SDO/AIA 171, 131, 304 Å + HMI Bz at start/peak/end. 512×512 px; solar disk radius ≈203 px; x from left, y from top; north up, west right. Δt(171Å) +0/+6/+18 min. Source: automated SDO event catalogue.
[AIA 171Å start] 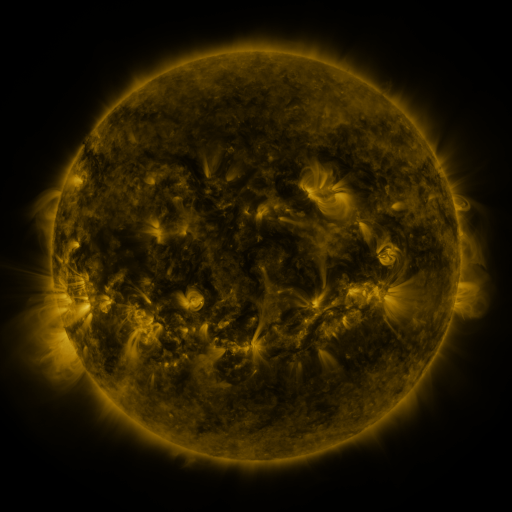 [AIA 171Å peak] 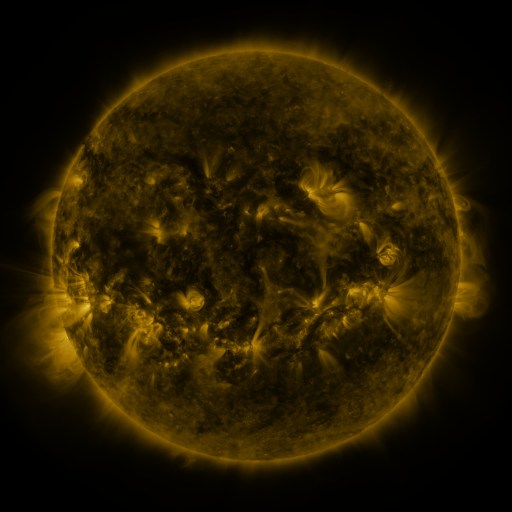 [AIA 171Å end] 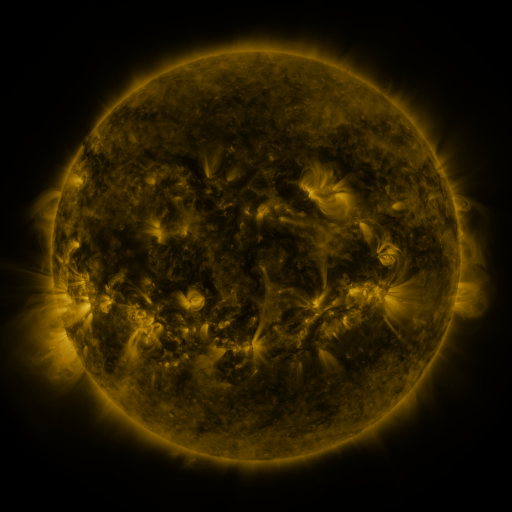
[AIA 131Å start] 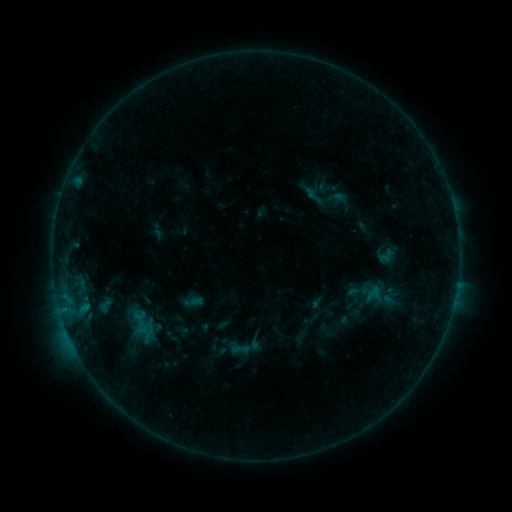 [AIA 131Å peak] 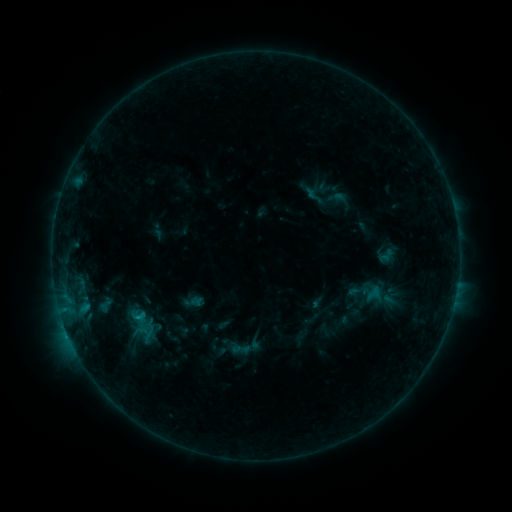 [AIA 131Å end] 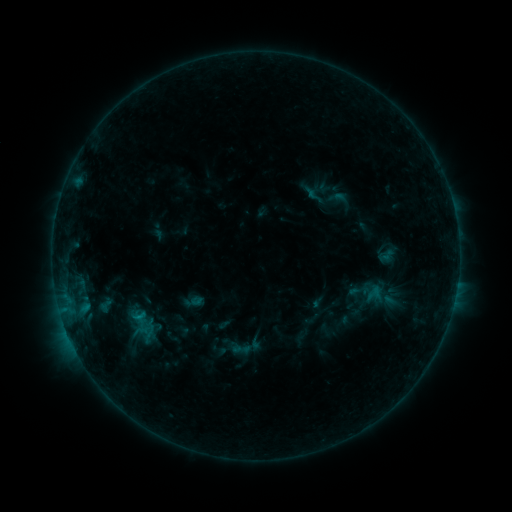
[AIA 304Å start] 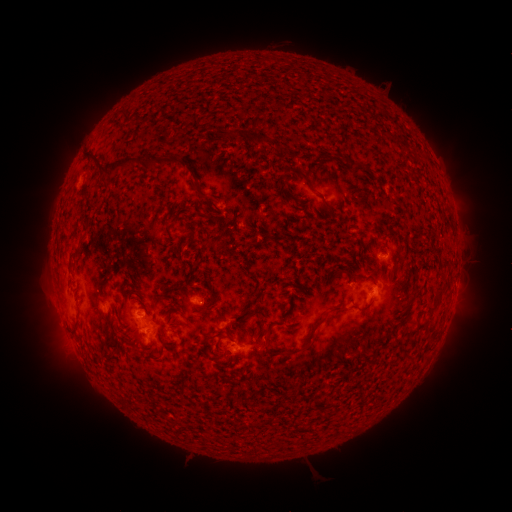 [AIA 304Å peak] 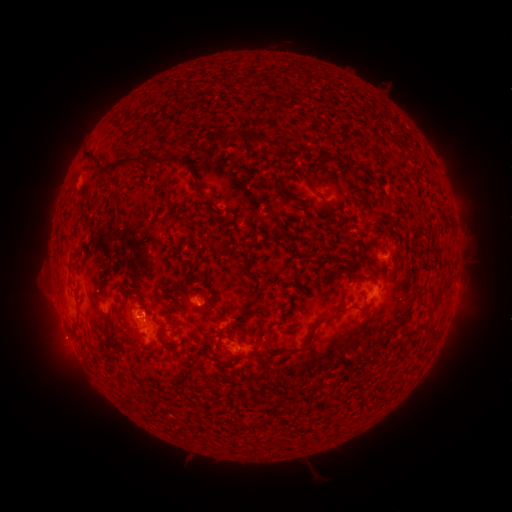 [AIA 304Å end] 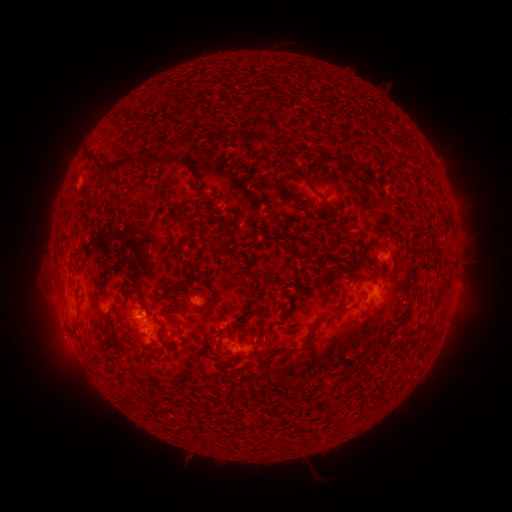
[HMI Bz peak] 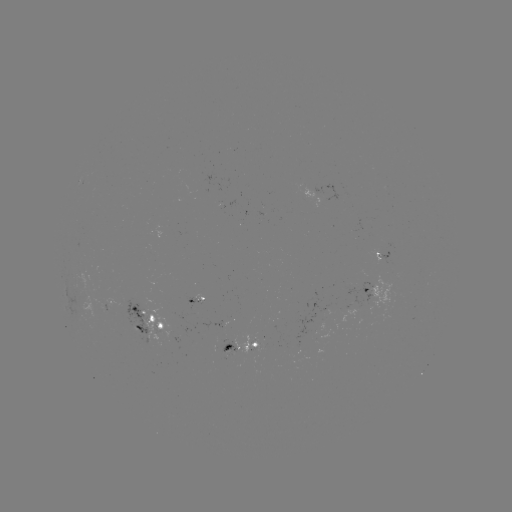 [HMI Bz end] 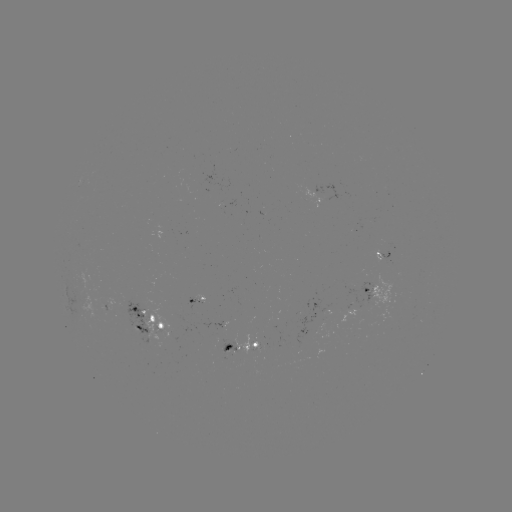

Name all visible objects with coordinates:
B7.0 flare: (140, 314)
